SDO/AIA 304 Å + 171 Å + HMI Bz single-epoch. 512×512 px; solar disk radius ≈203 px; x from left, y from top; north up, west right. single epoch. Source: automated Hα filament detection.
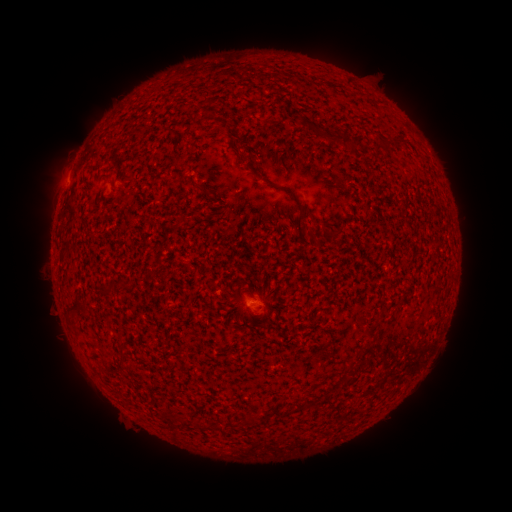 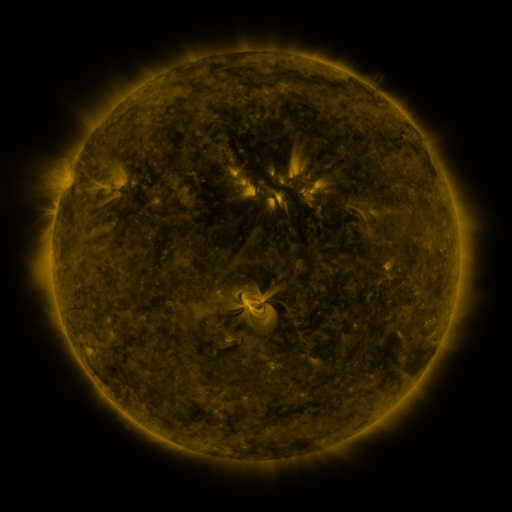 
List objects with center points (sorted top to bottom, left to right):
filament: [307, 123, 318, 134]
filament: [324, 129, 354, 148]
filament: [374, 142, 391, 155]
filament: [264, 180, 278, 189]
filament: [202, 185, 213, 196]
filament: [299, 227, 313, 238]
filament: [93, 286, 107, 293]
filament: [65, 298, 85, 310]
filament: [243, 413, 255, 426]
